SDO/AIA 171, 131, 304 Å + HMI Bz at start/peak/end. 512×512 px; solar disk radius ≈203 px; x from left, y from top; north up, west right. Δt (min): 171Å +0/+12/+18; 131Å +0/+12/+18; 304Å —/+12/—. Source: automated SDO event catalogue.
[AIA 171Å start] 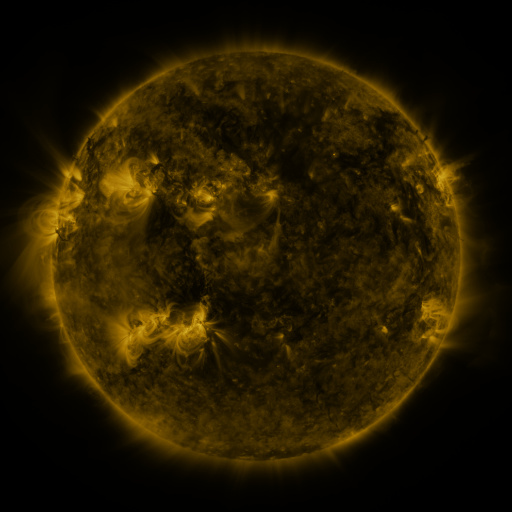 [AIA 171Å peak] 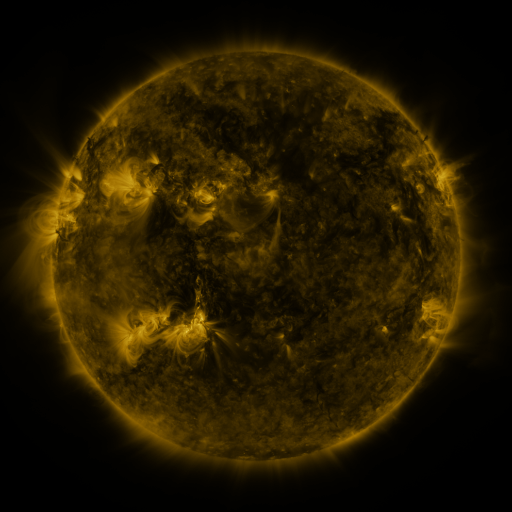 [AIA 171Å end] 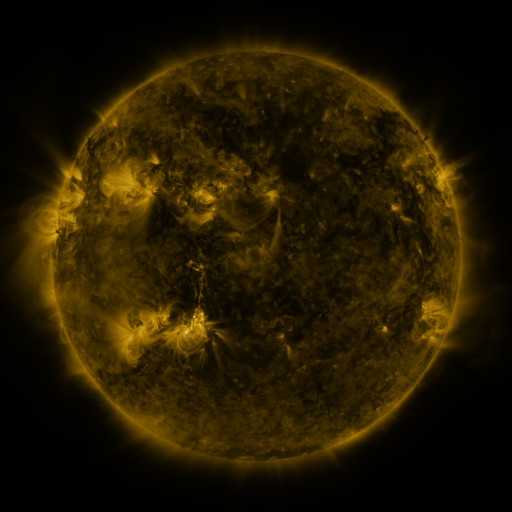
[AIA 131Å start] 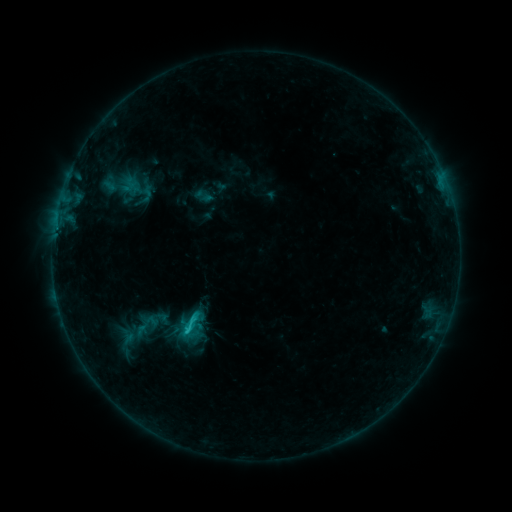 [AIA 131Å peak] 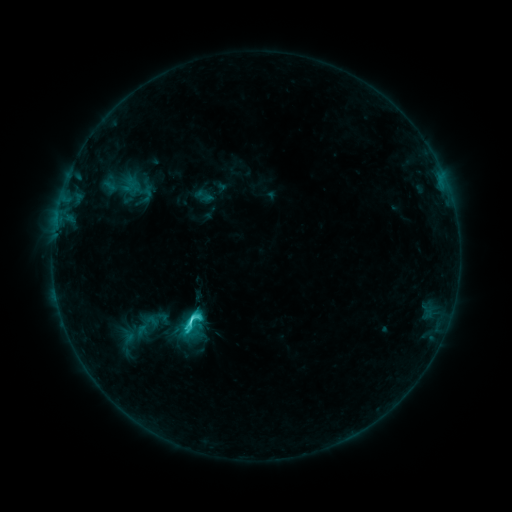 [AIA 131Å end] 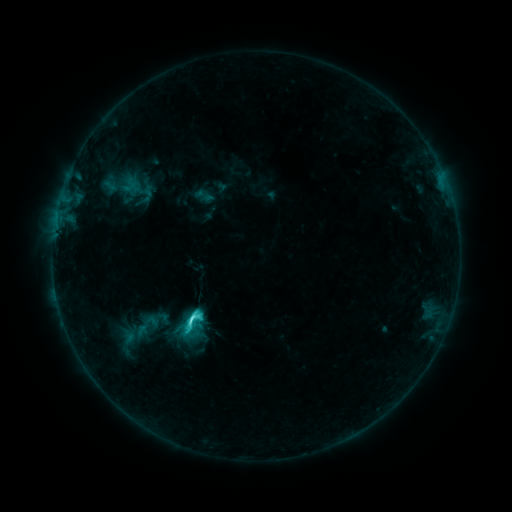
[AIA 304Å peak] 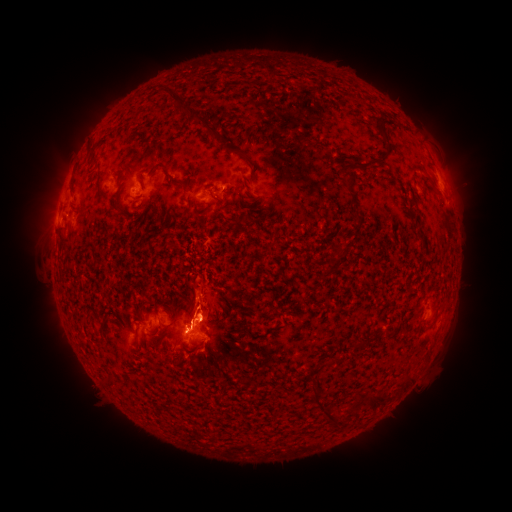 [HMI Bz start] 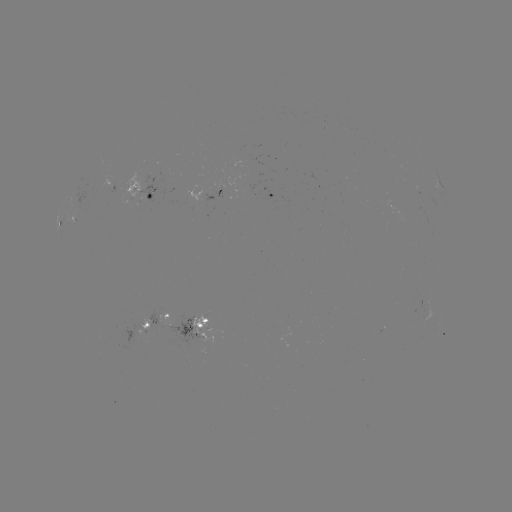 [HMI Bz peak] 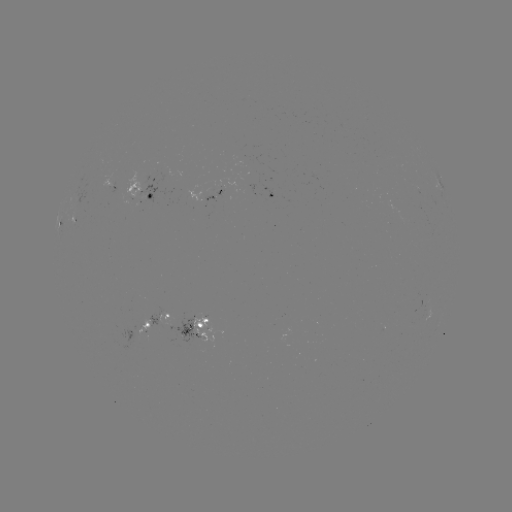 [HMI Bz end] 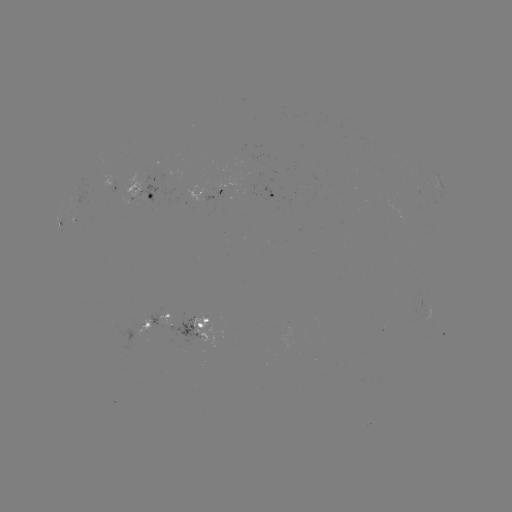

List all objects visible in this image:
C4.1 flare: (202, 316)
